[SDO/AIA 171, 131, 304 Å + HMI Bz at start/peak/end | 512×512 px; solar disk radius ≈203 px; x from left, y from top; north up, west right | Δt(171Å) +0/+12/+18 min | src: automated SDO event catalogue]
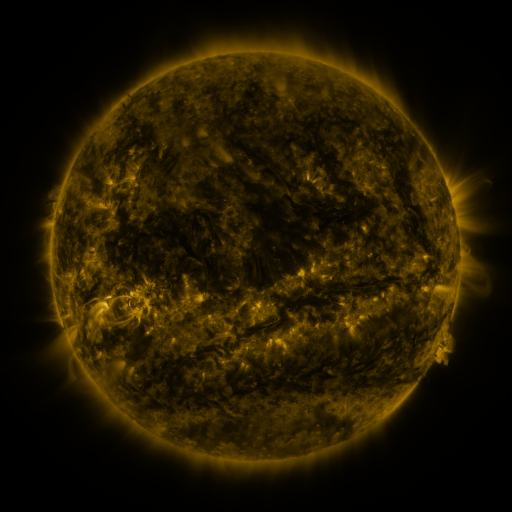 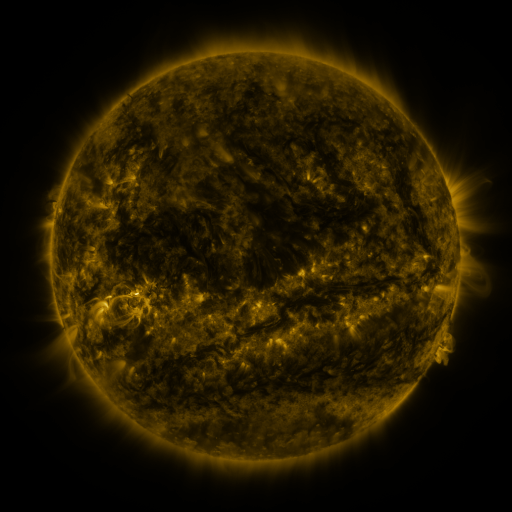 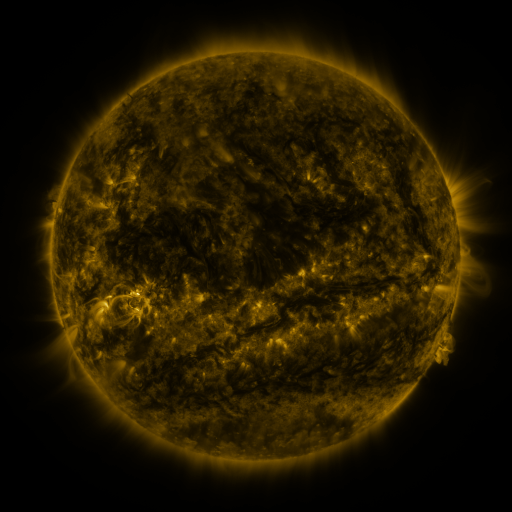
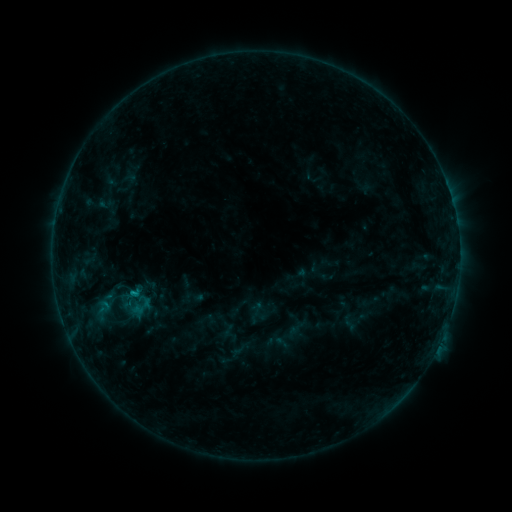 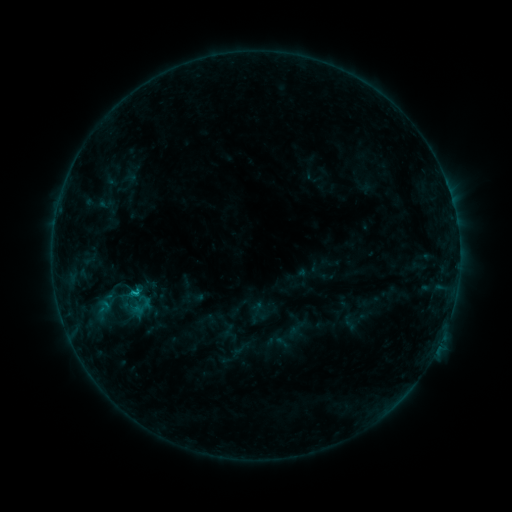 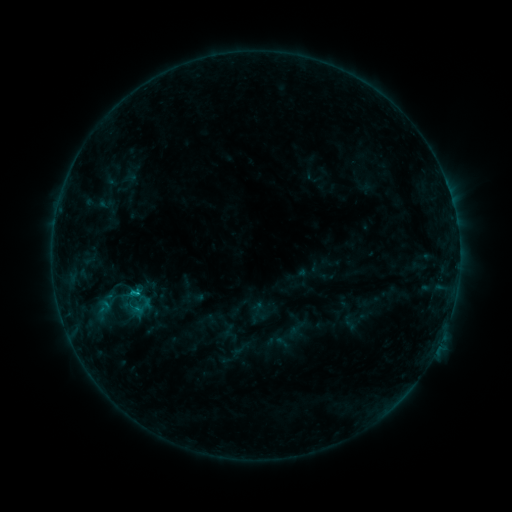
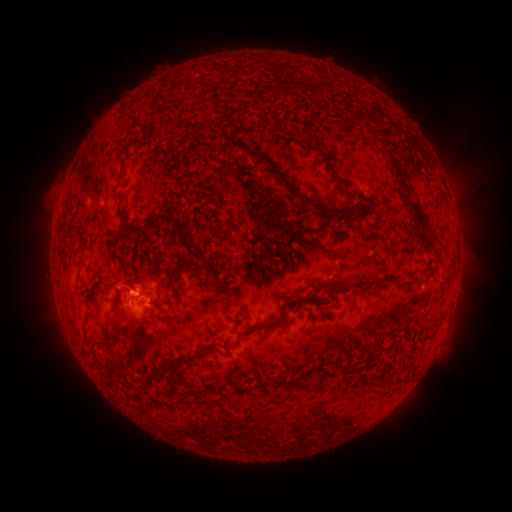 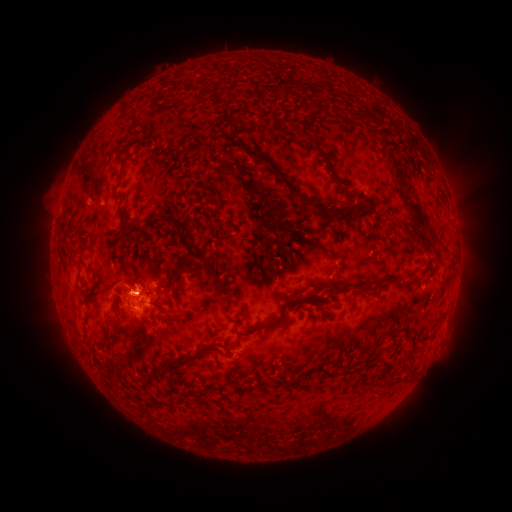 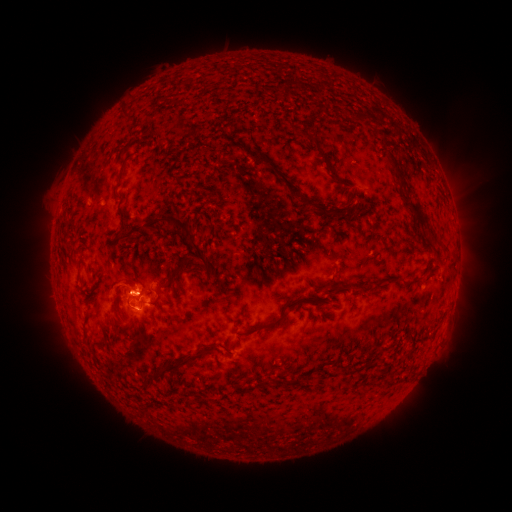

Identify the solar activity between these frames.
C1.5 flare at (135, 292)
